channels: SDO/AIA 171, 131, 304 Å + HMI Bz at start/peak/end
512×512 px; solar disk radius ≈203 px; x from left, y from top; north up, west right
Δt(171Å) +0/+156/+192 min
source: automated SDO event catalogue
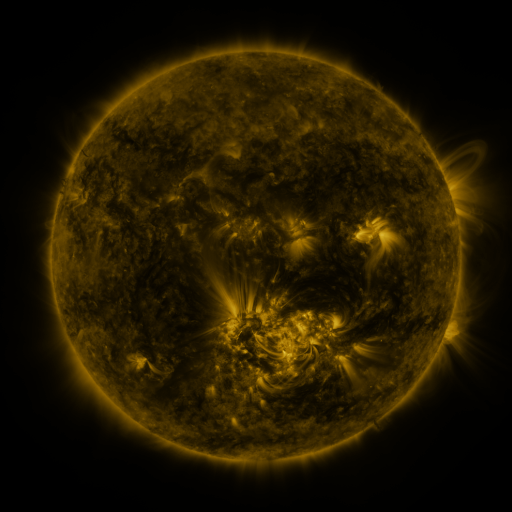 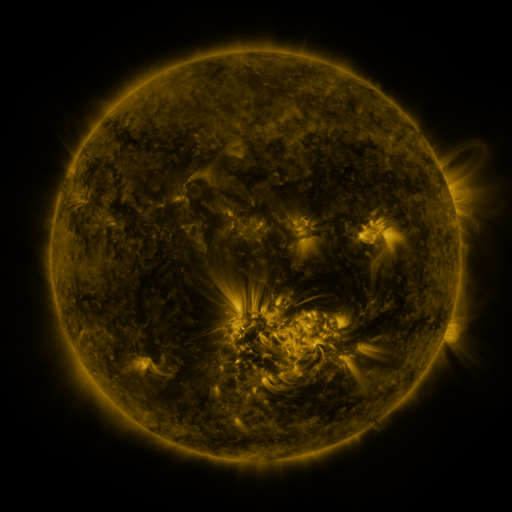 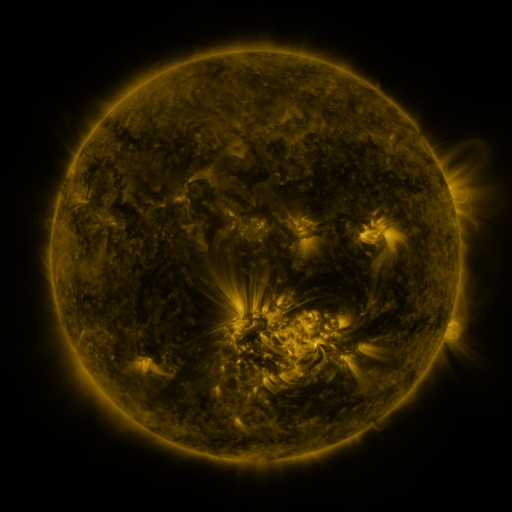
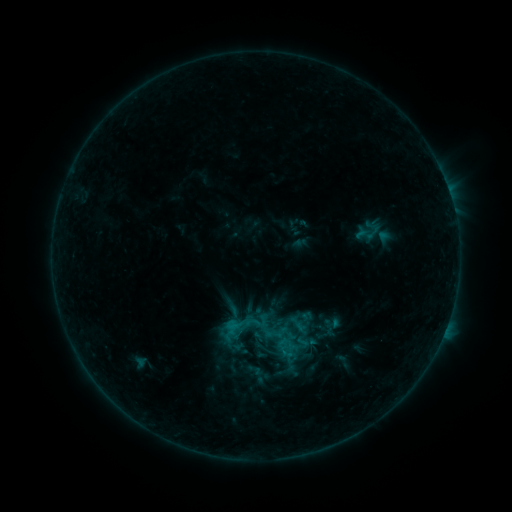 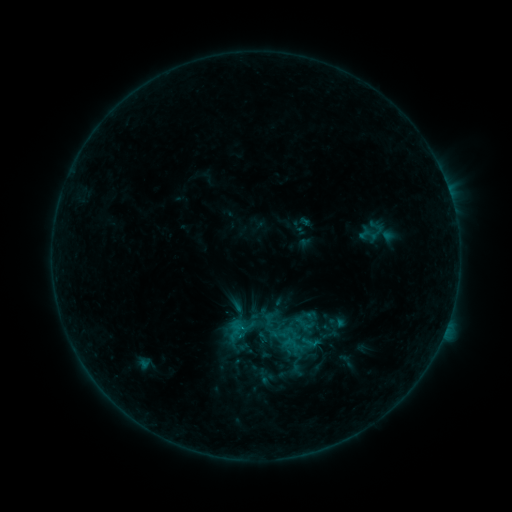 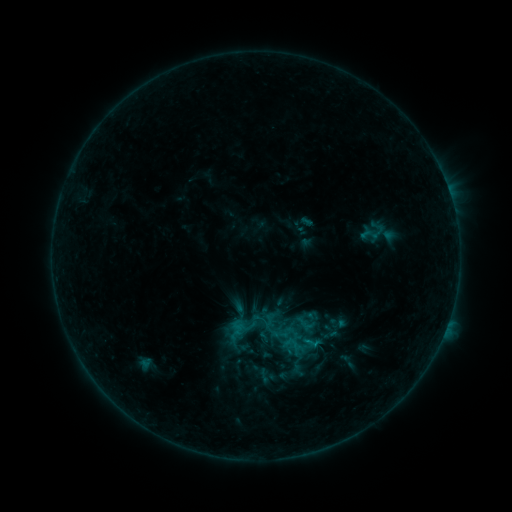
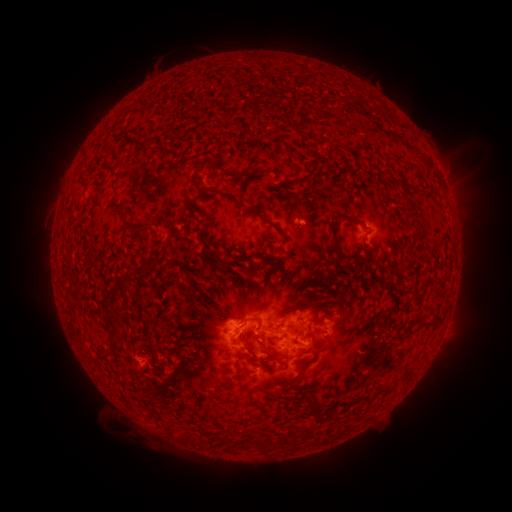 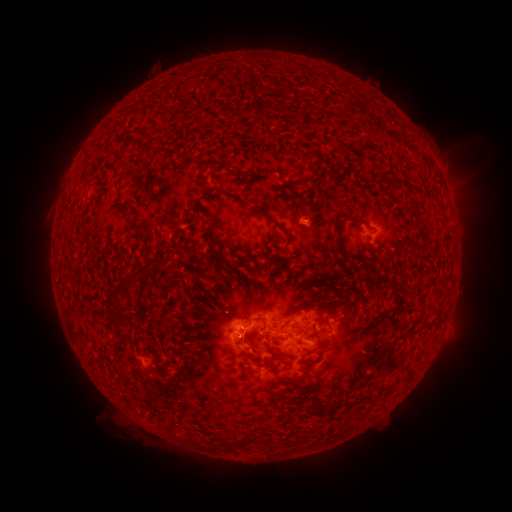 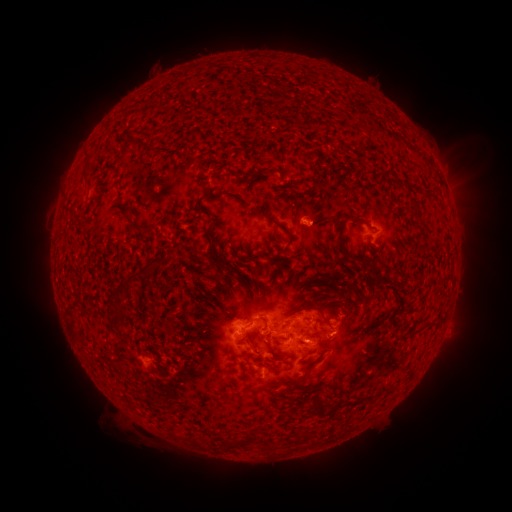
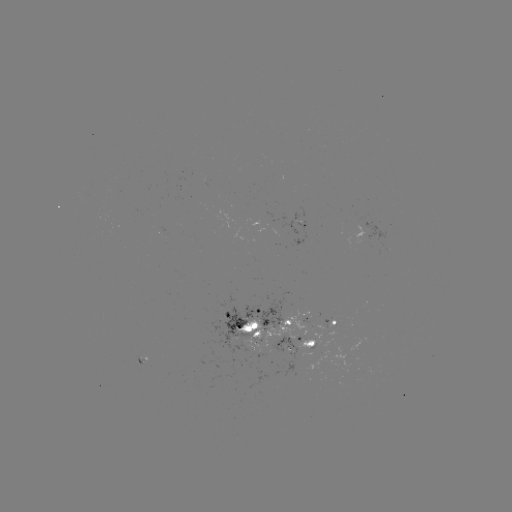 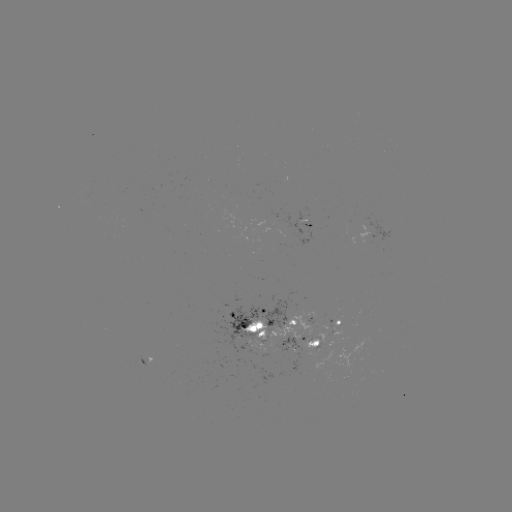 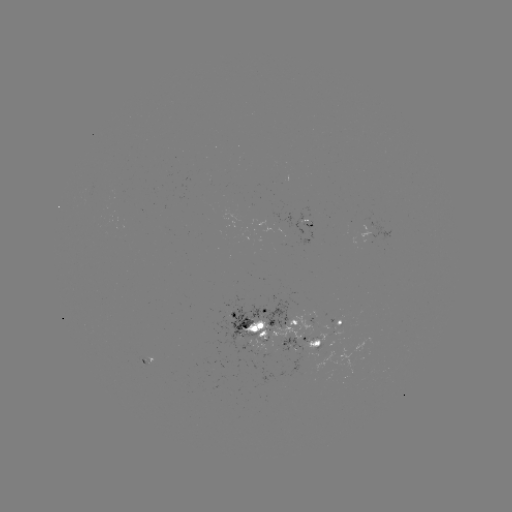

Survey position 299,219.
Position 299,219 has emerging-flux region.